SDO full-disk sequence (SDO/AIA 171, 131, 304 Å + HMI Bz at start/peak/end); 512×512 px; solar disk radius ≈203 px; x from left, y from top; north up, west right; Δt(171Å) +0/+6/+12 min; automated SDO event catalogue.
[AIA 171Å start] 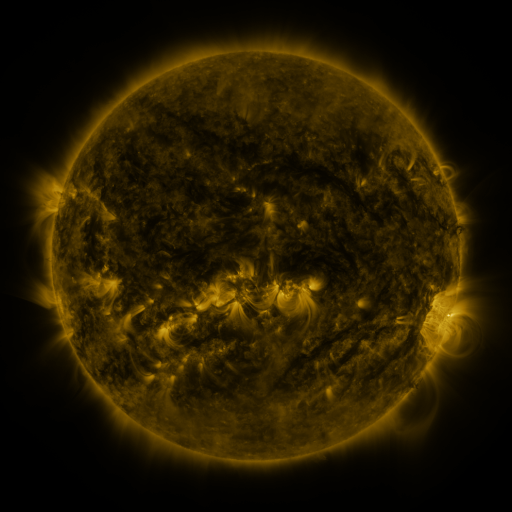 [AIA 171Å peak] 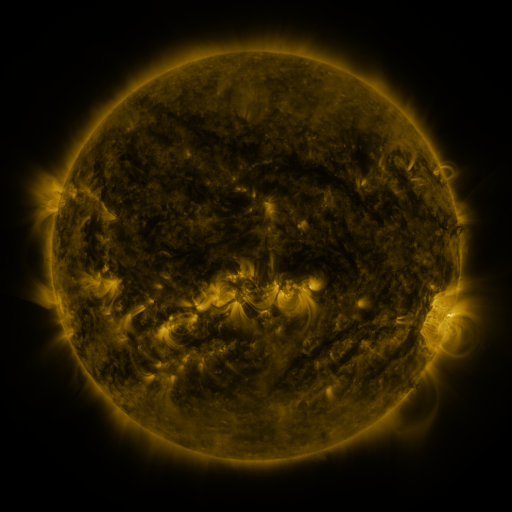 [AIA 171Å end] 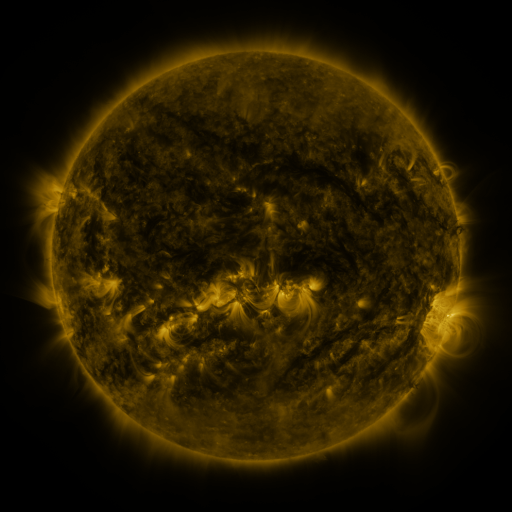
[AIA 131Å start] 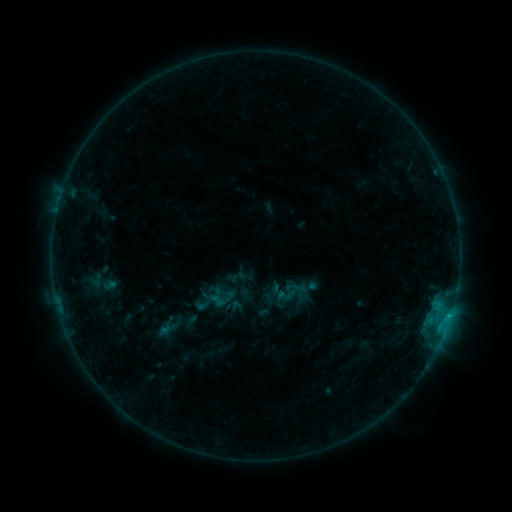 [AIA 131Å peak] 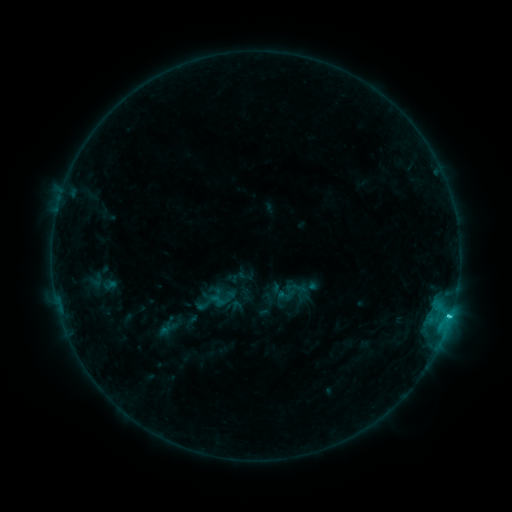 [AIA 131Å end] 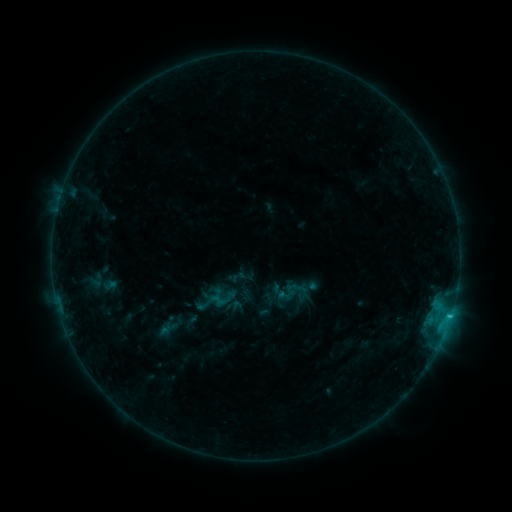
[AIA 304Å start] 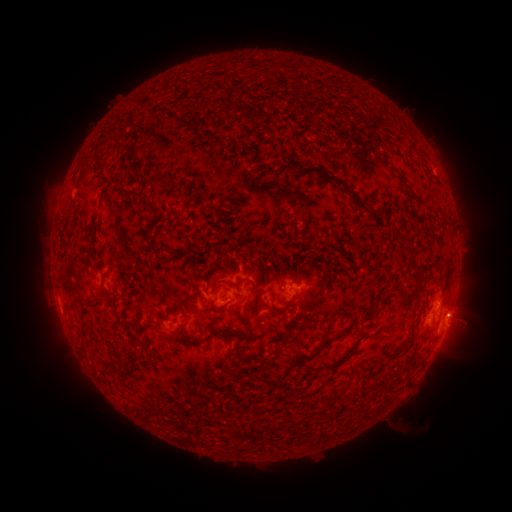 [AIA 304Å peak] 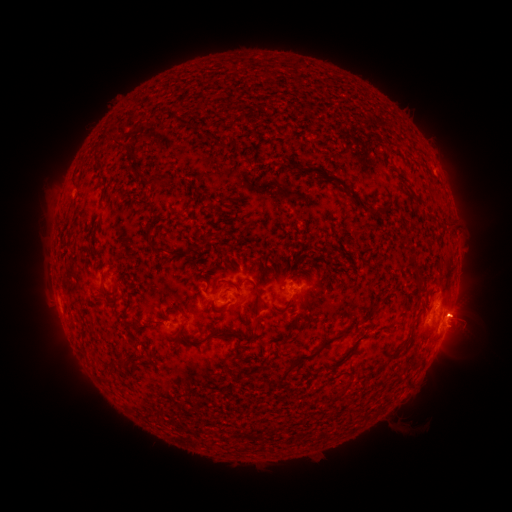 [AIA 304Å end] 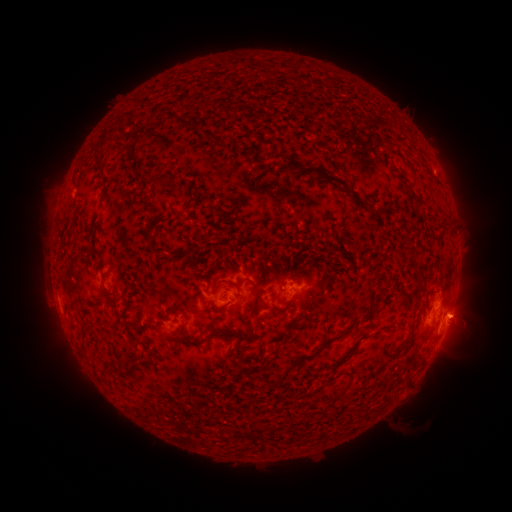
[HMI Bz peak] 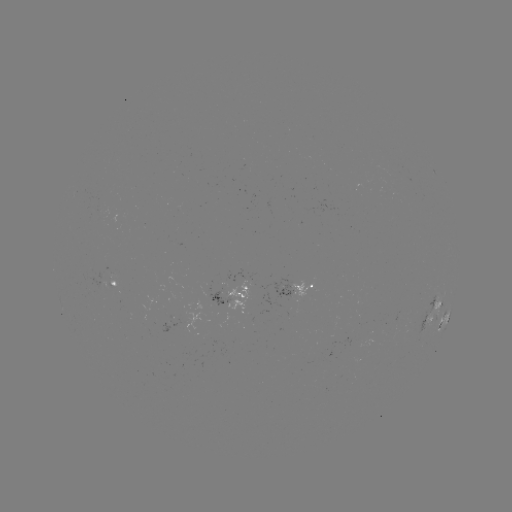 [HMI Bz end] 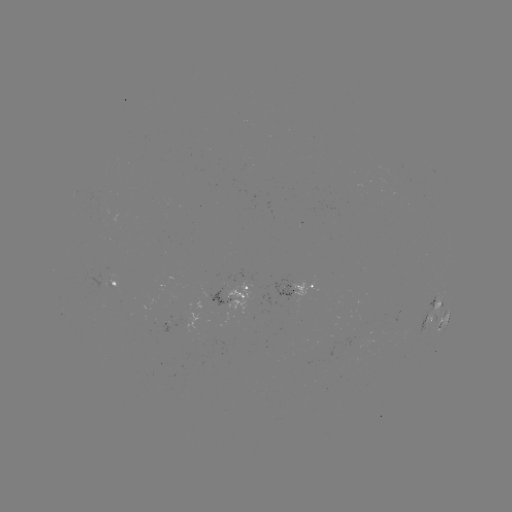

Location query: C1.0 flare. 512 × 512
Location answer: (449, 314).